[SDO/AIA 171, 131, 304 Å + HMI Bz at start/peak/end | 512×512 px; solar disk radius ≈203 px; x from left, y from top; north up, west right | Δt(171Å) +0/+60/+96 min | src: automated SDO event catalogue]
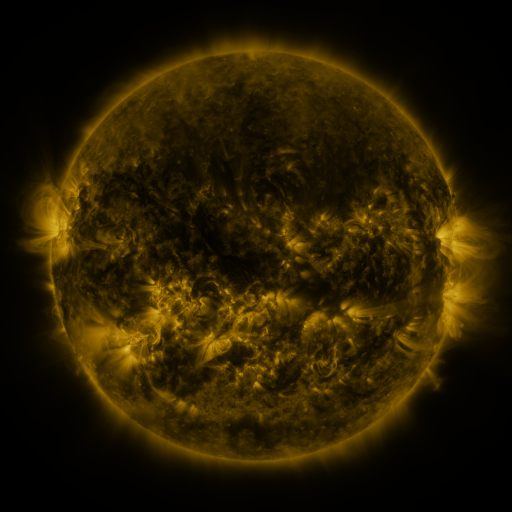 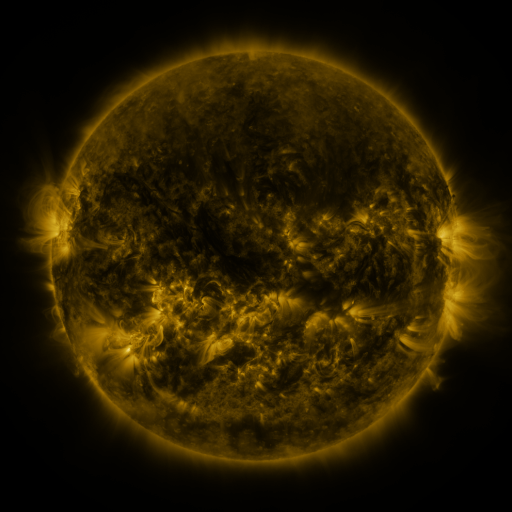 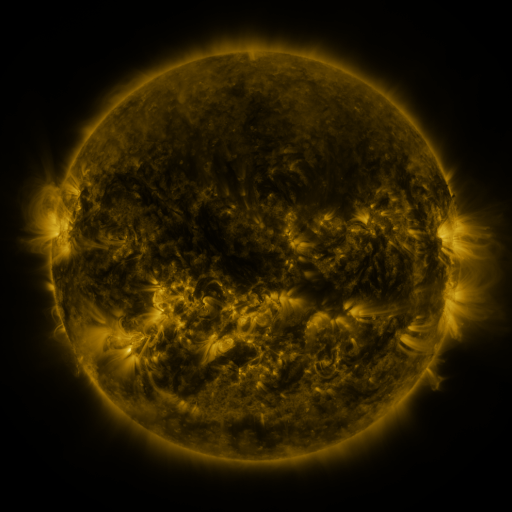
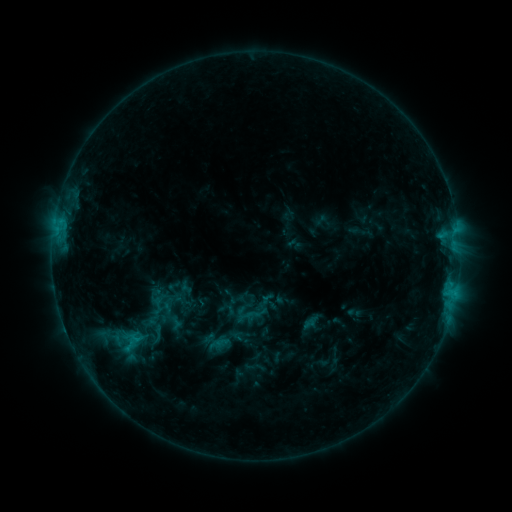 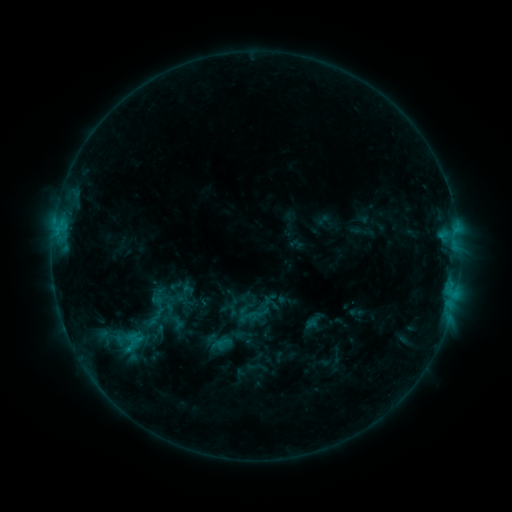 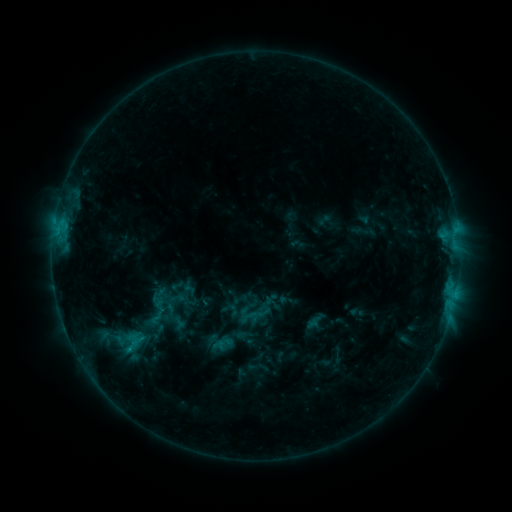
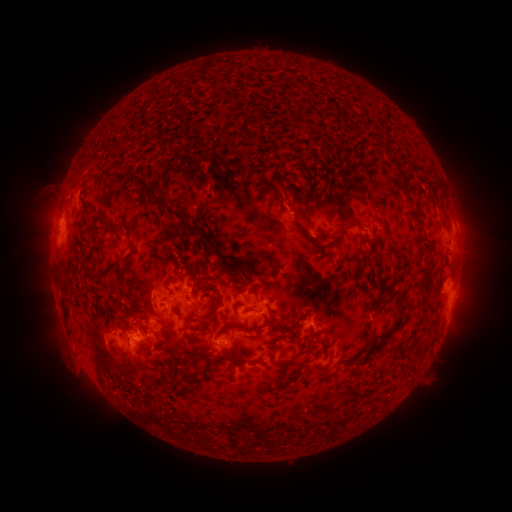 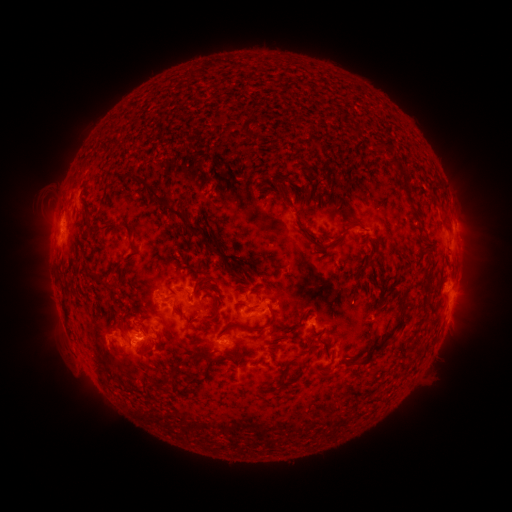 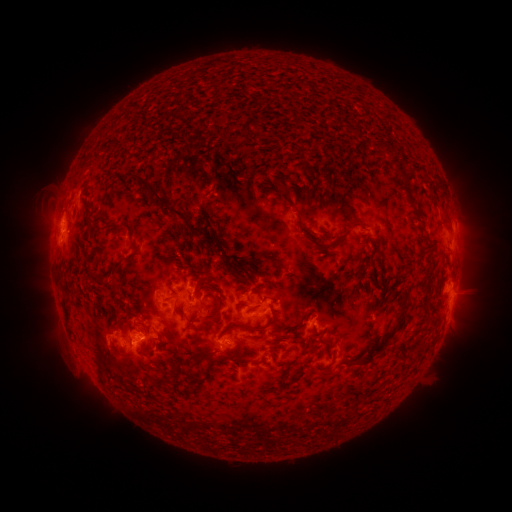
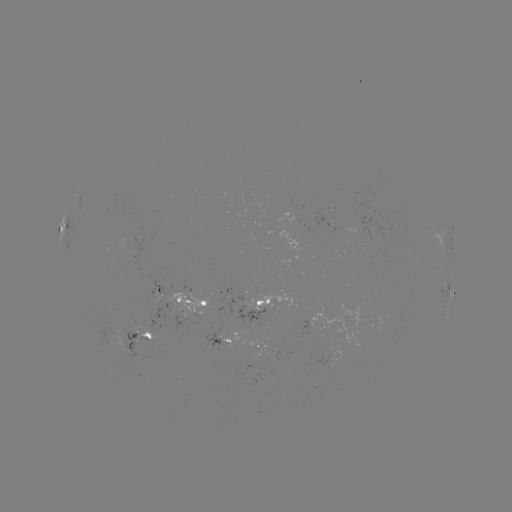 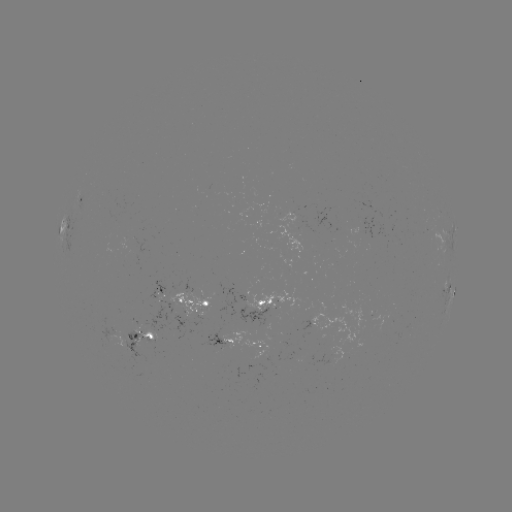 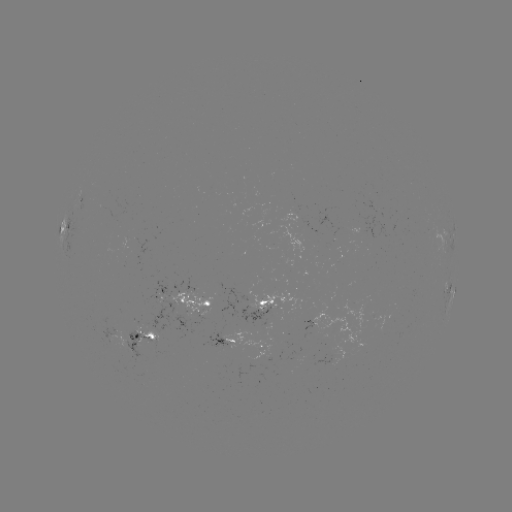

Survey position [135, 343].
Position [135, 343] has emerging-flux region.